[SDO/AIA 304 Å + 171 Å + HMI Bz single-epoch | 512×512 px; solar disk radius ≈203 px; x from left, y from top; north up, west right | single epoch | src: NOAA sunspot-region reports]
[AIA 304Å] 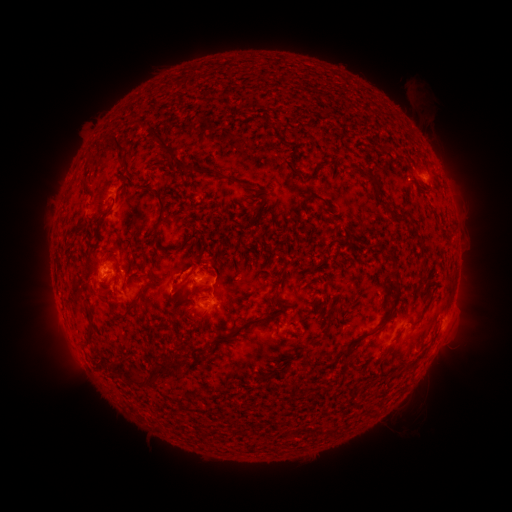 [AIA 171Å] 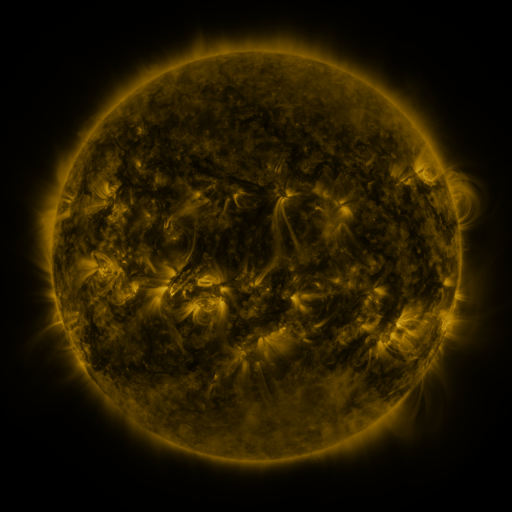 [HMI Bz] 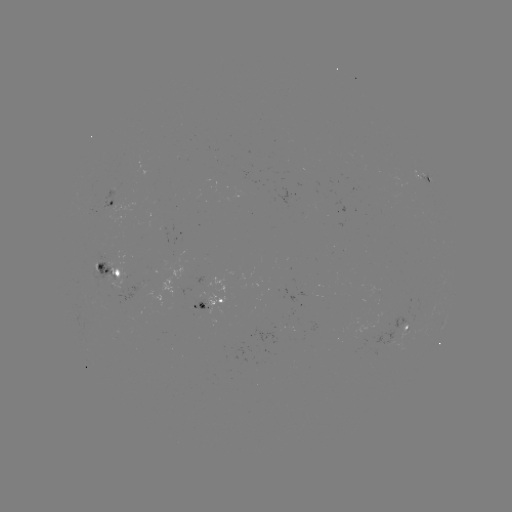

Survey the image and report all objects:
spotted active region: (429, 180)
spotted active region: (115, 203)
spotted active region: (118, 269)
spotted active region: (209, 304)
spotted active region: (412, 331)
